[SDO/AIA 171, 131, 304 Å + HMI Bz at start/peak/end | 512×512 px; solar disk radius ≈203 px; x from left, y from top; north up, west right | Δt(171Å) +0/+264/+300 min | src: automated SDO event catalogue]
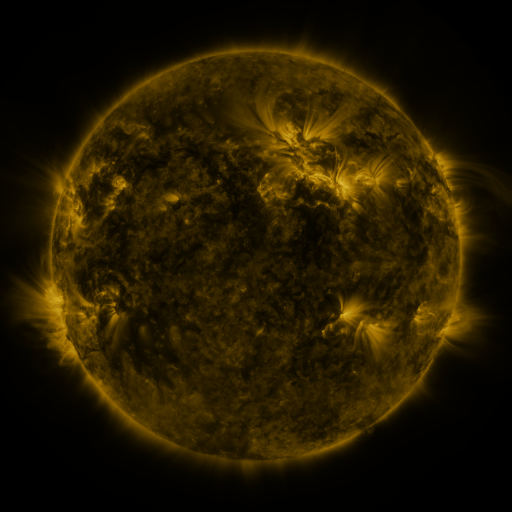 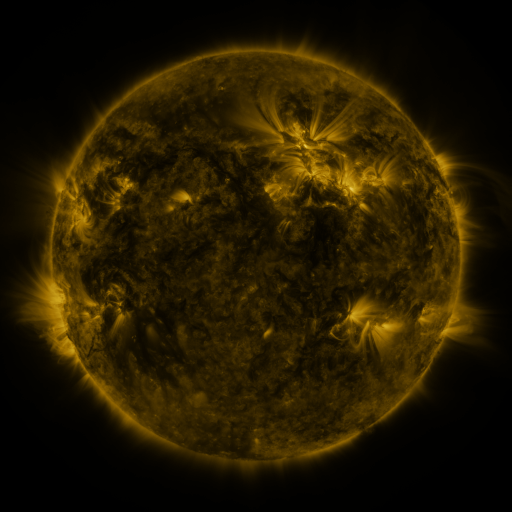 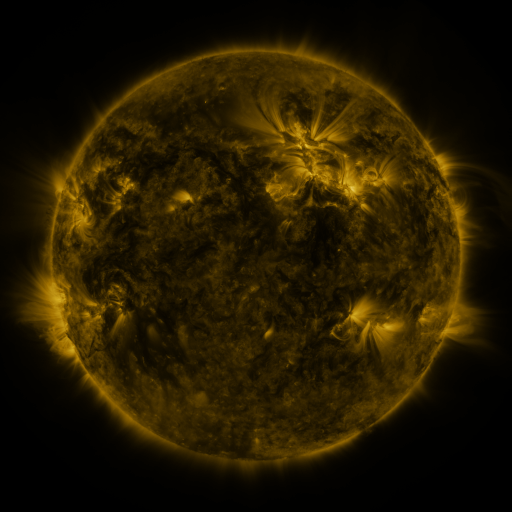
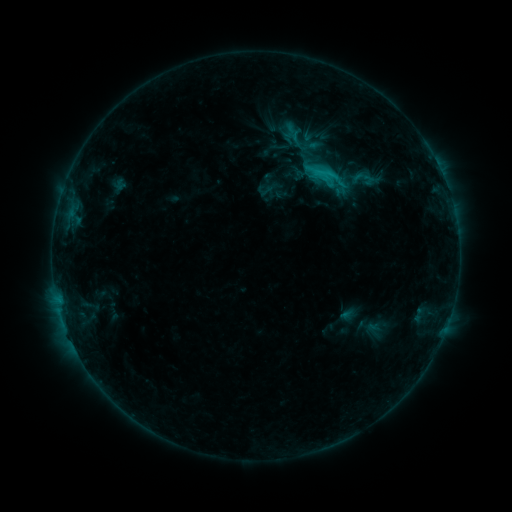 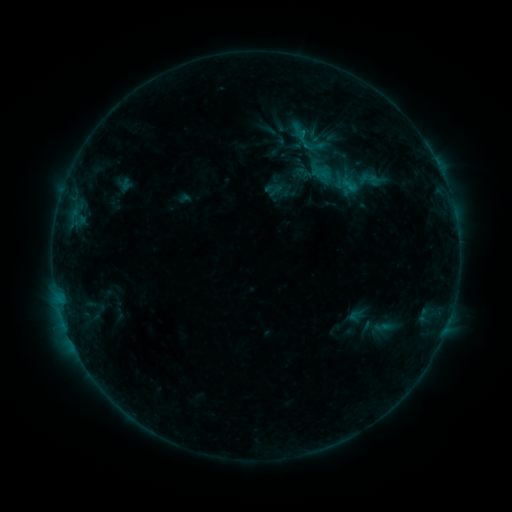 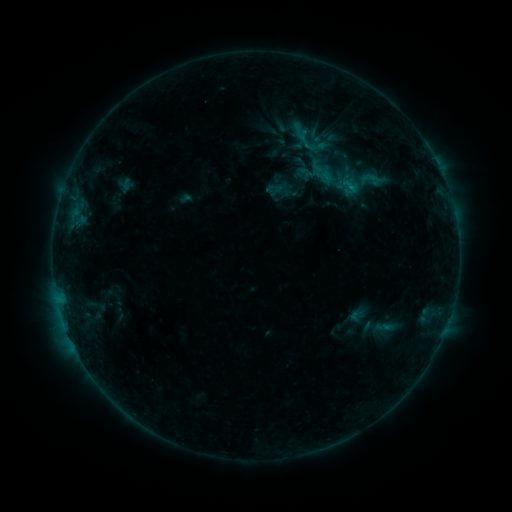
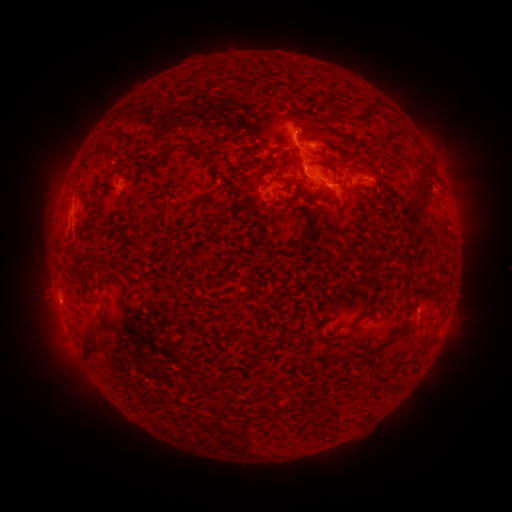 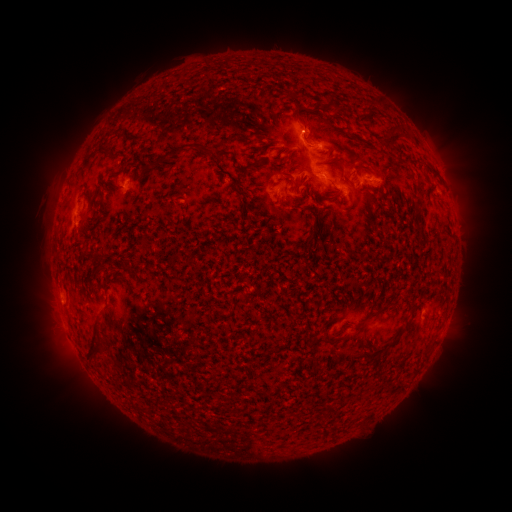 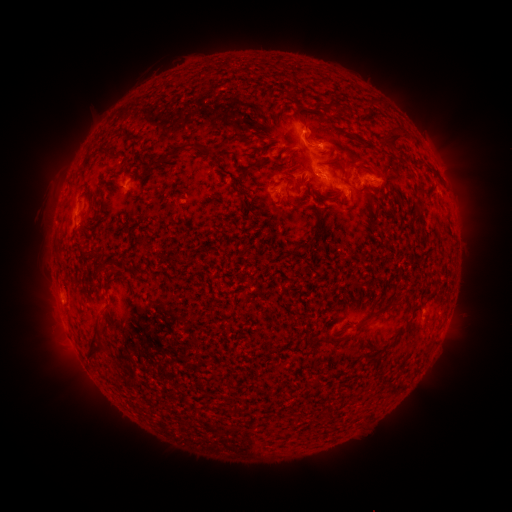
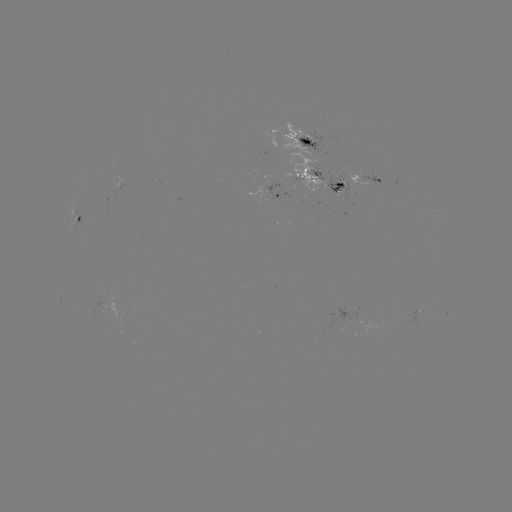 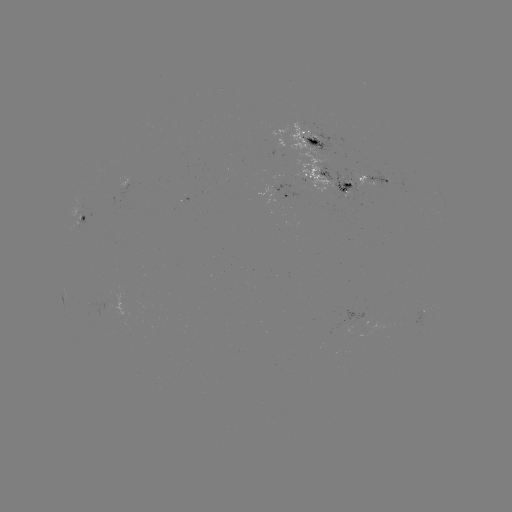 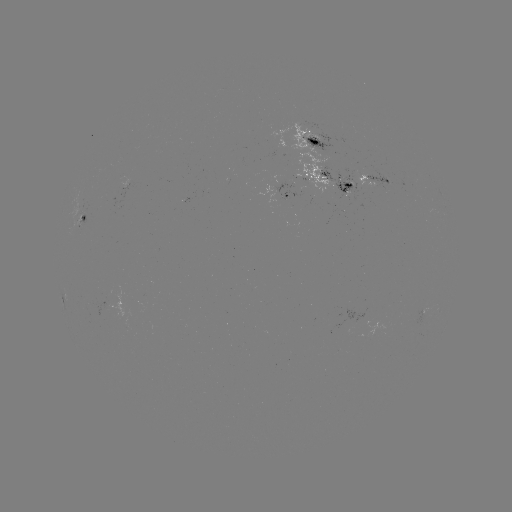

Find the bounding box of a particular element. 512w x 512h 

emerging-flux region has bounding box [361, 168, 393, 192].